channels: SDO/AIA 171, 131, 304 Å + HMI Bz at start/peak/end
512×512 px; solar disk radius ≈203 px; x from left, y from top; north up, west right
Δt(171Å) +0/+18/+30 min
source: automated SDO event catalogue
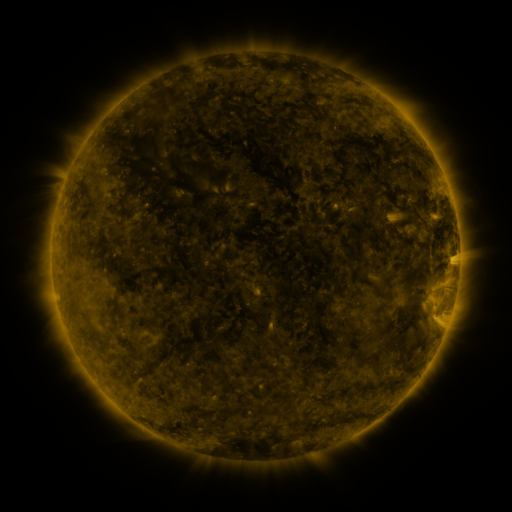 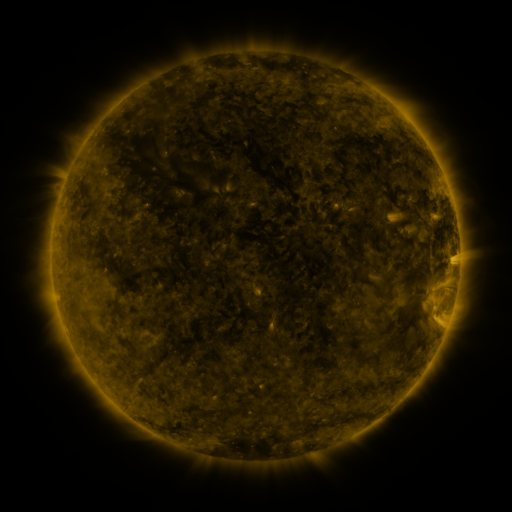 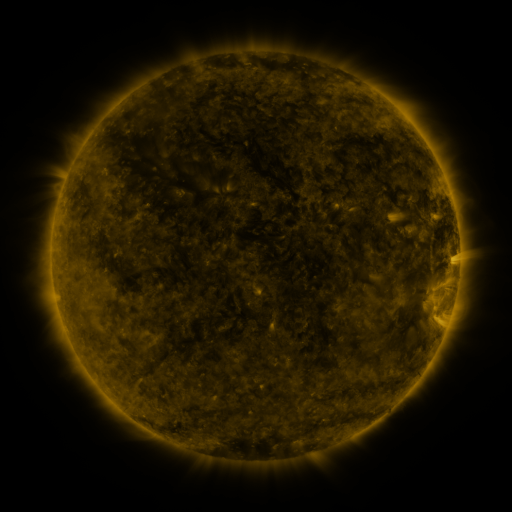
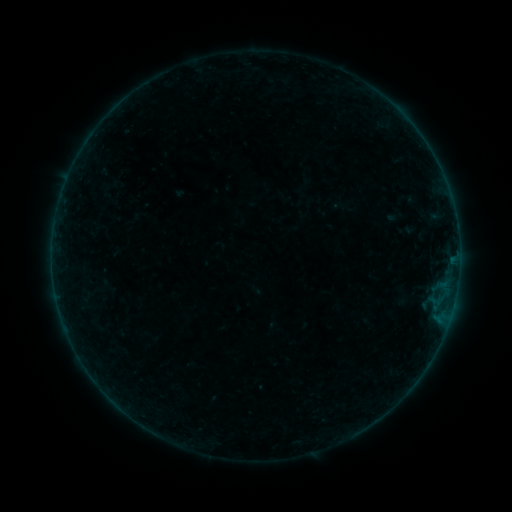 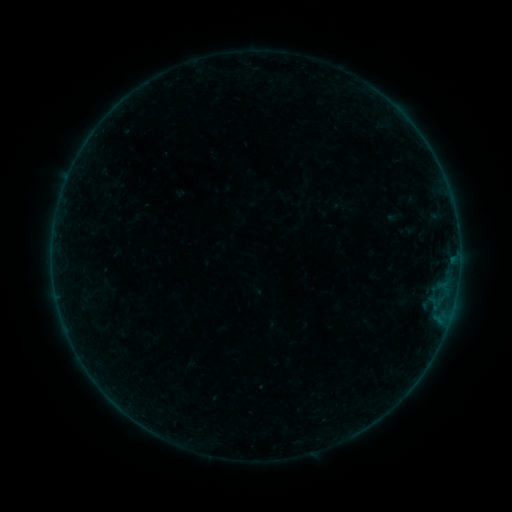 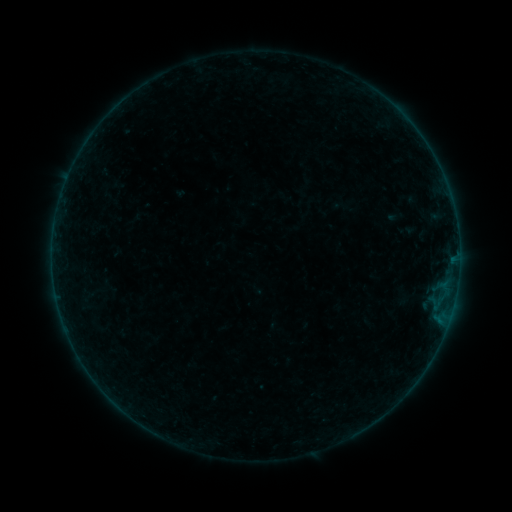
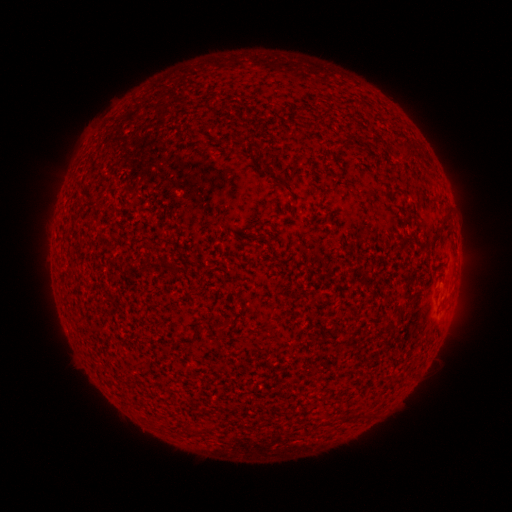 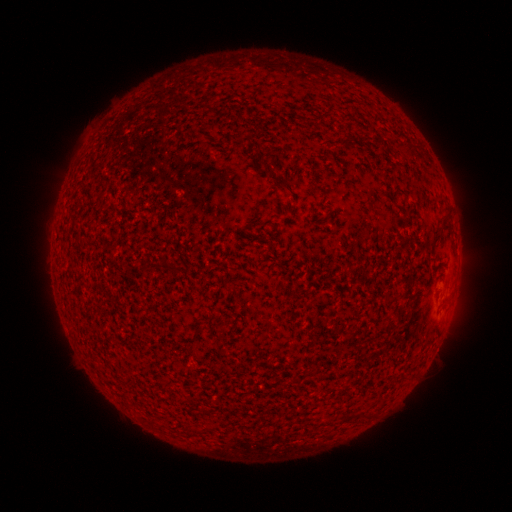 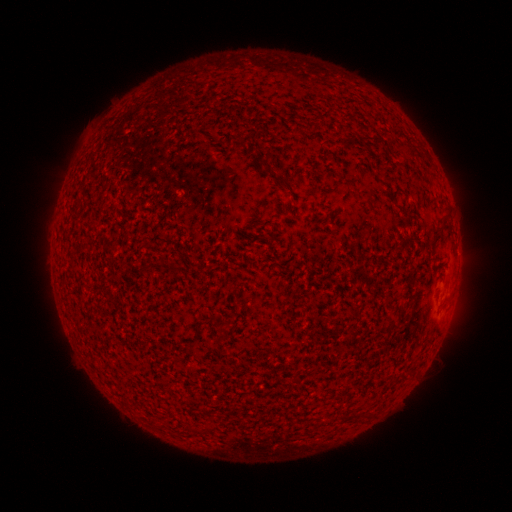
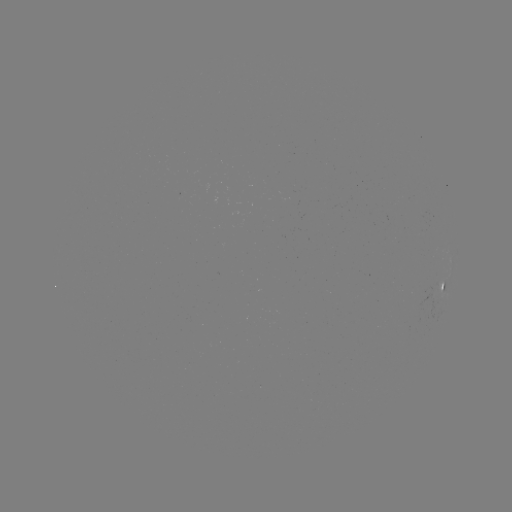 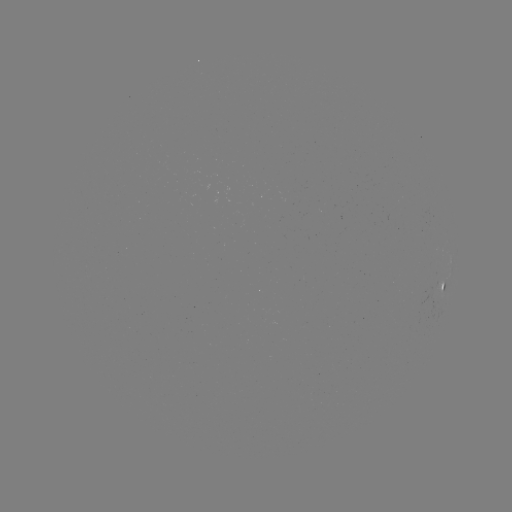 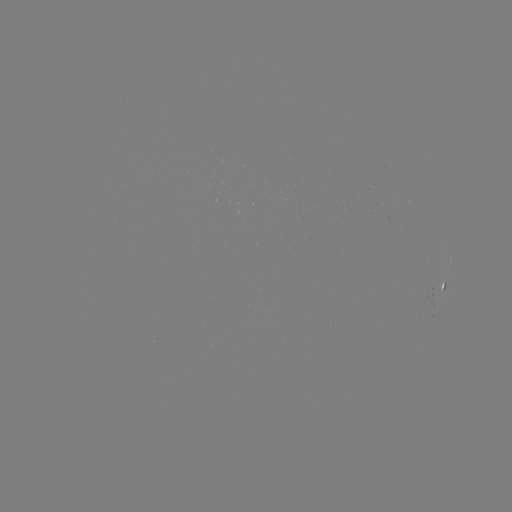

nothing was catalogued: no classed flare, no EUV trigger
